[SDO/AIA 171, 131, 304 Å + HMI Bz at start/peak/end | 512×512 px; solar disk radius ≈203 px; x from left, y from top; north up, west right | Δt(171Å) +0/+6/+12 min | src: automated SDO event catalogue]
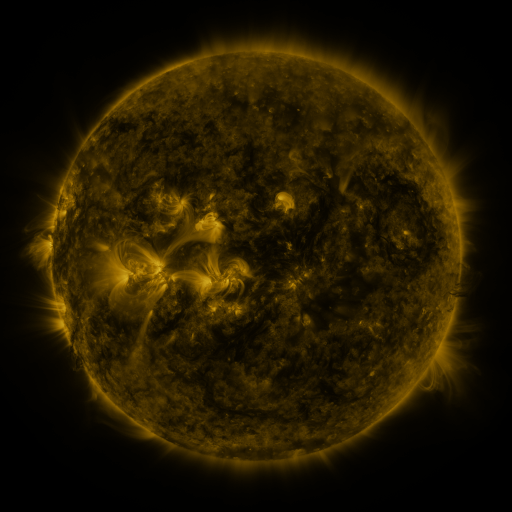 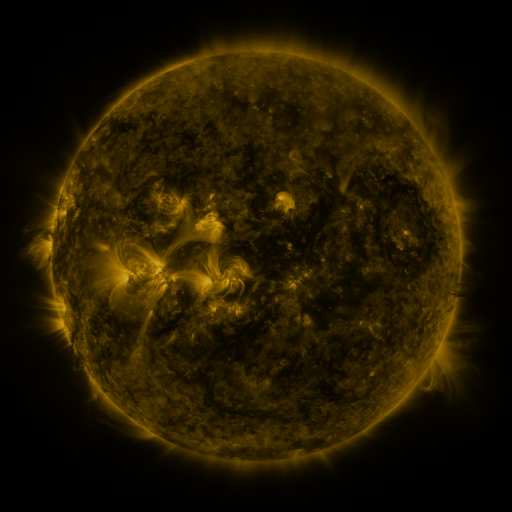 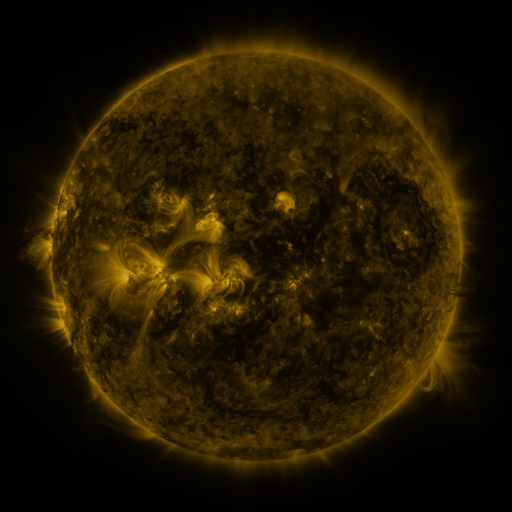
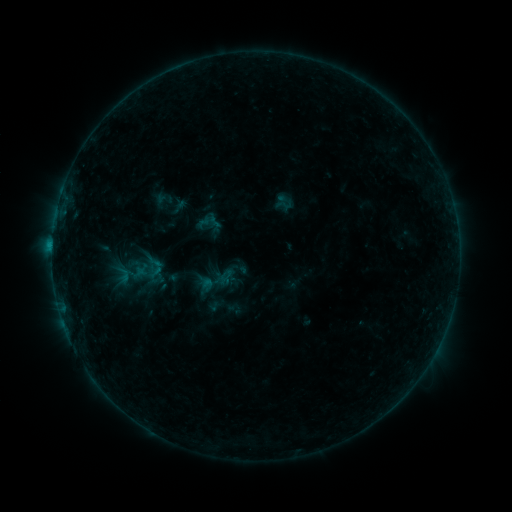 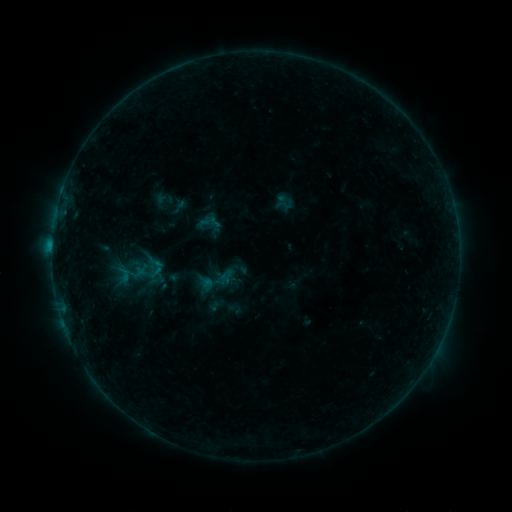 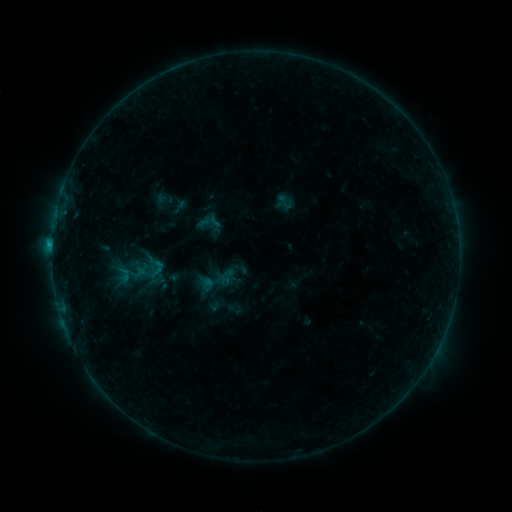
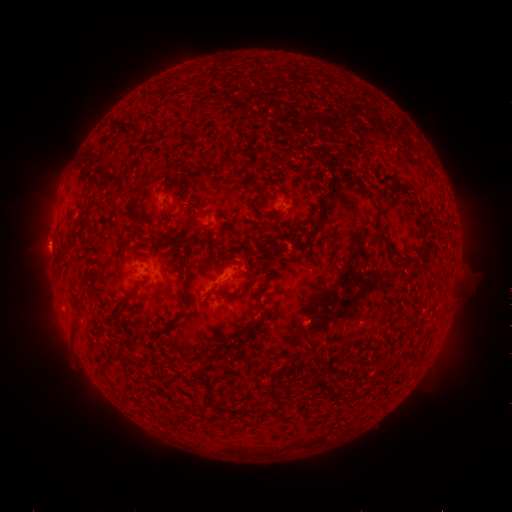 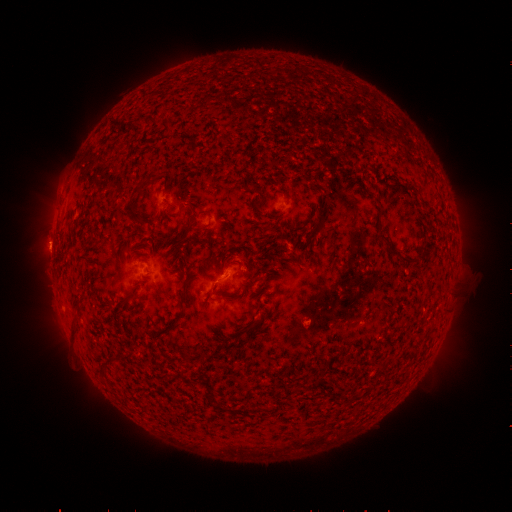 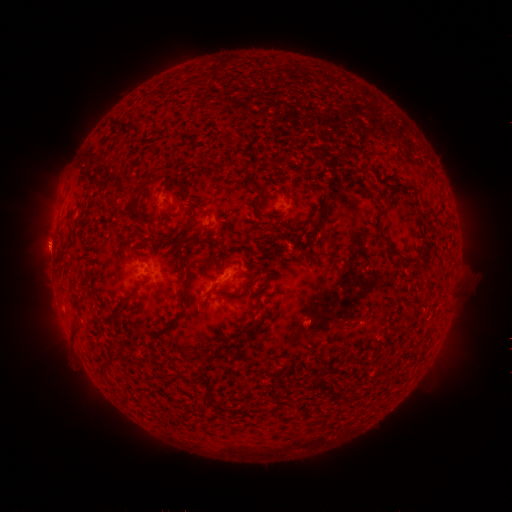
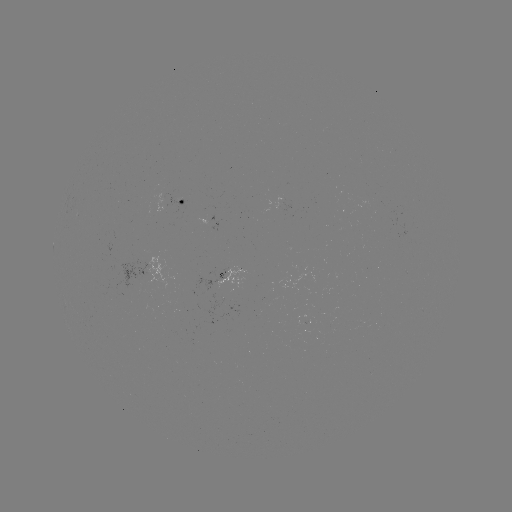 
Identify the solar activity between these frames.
B6.3 flare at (217, 282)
